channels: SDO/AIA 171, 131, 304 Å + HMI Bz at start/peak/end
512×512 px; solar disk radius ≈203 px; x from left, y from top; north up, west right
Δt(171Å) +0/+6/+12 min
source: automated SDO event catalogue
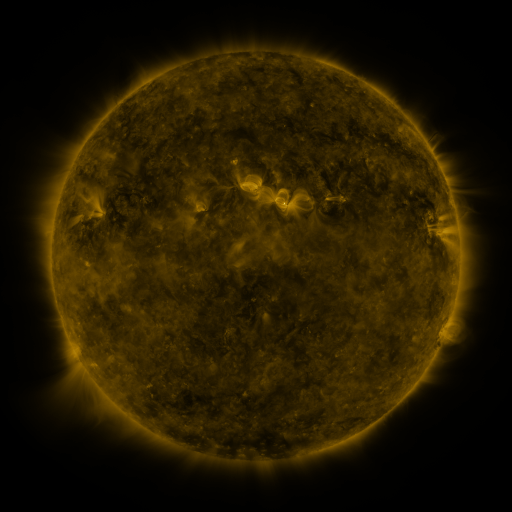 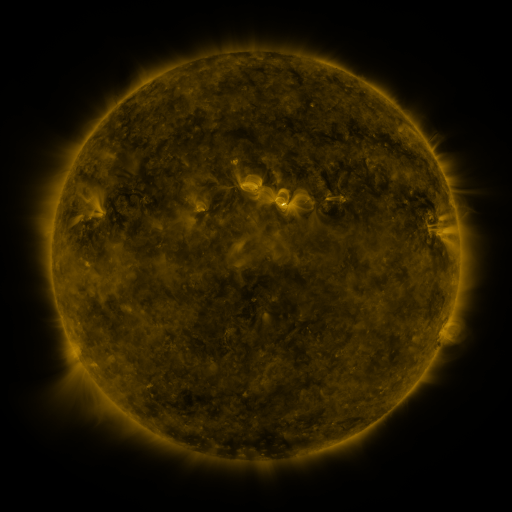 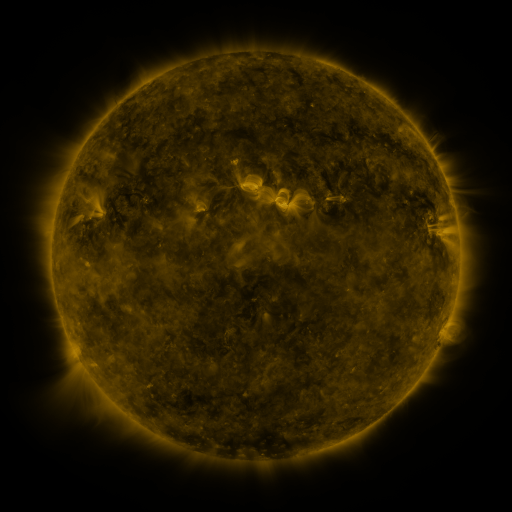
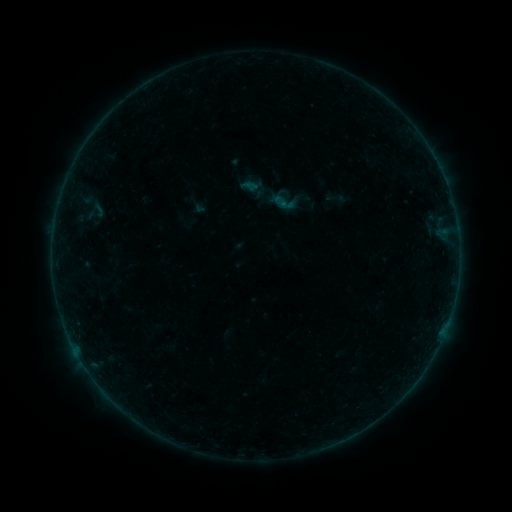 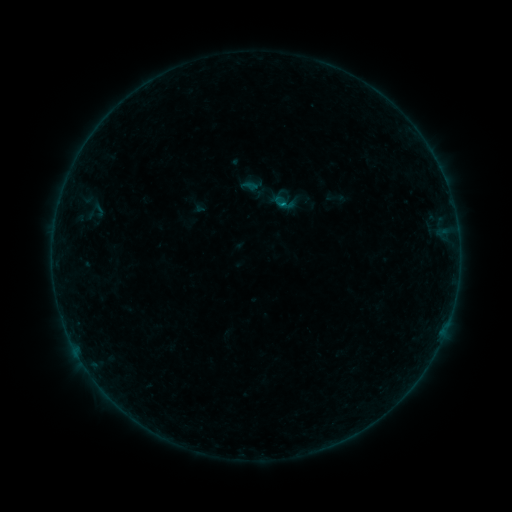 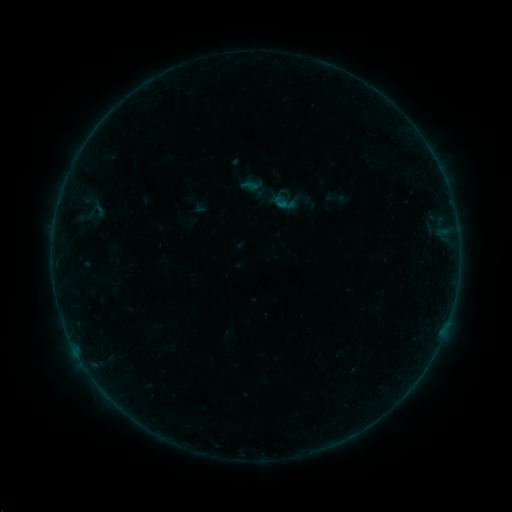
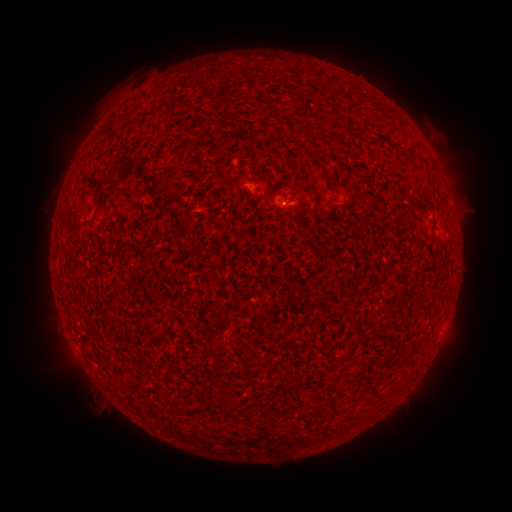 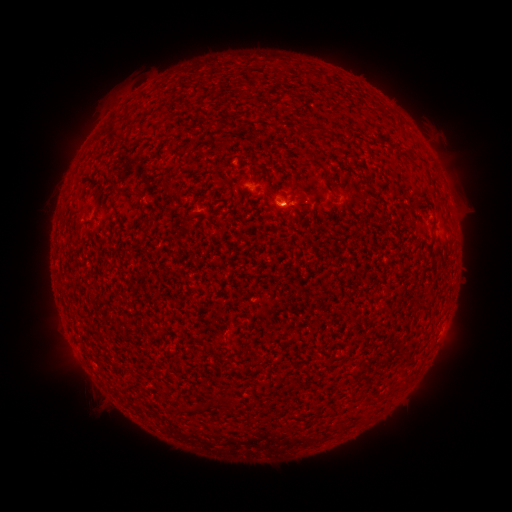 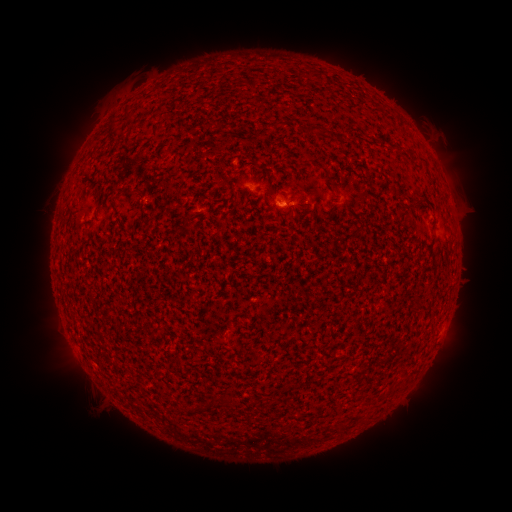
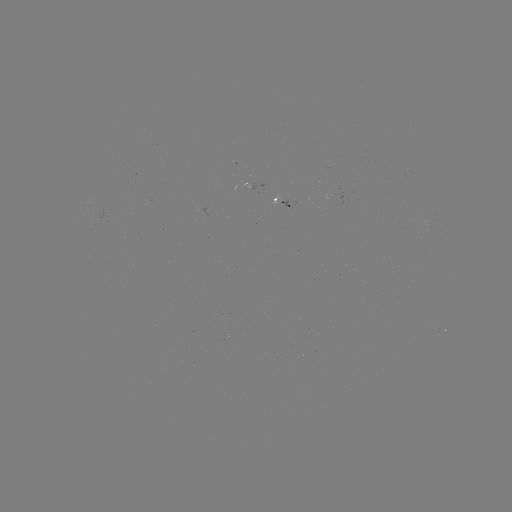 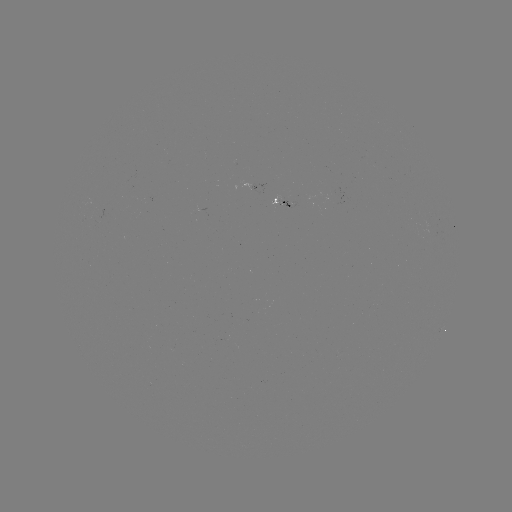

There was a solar flare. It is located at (113, 180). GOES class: B1.5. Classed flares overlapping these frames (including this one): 1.